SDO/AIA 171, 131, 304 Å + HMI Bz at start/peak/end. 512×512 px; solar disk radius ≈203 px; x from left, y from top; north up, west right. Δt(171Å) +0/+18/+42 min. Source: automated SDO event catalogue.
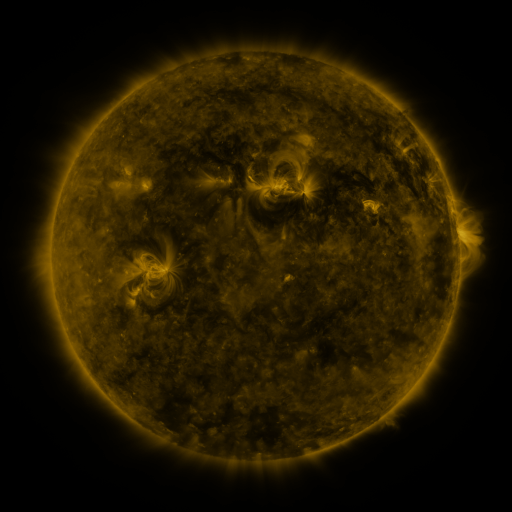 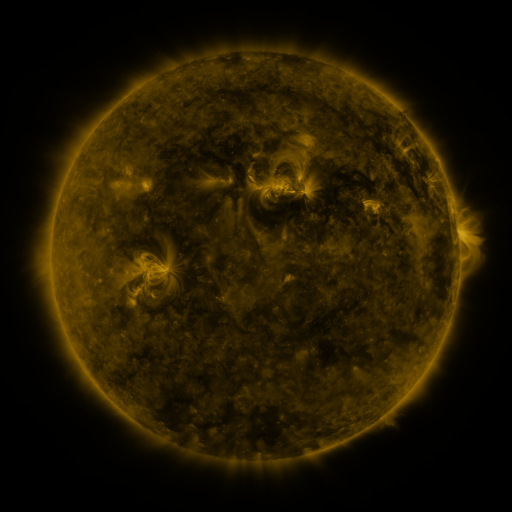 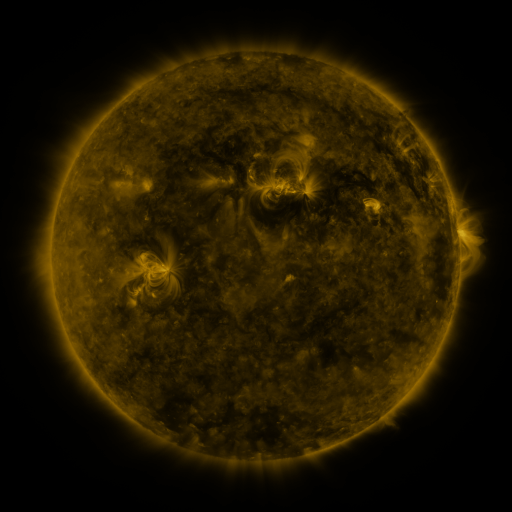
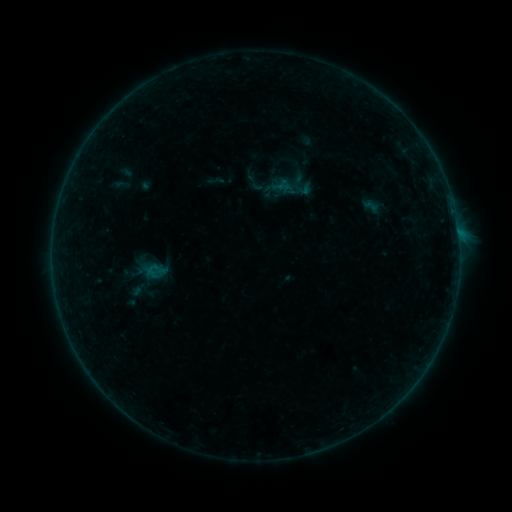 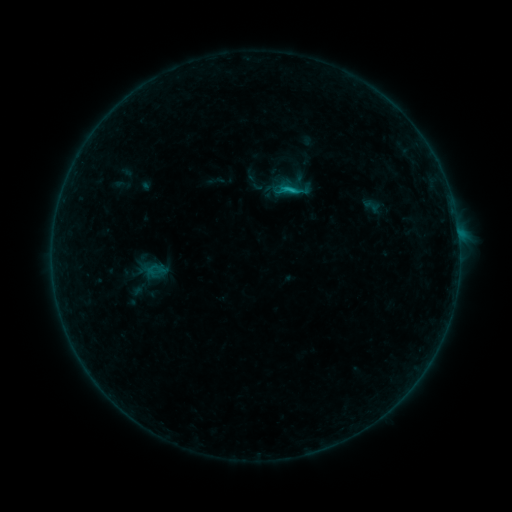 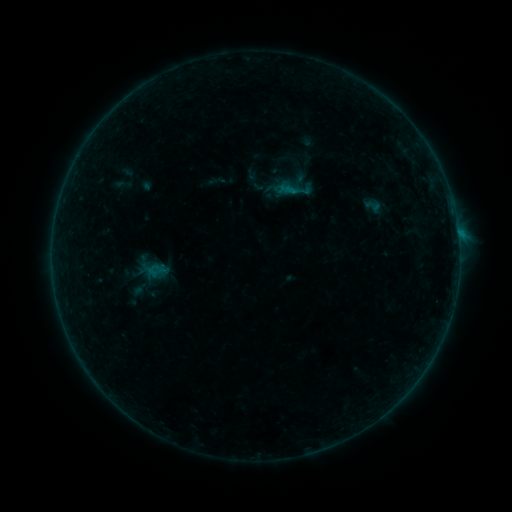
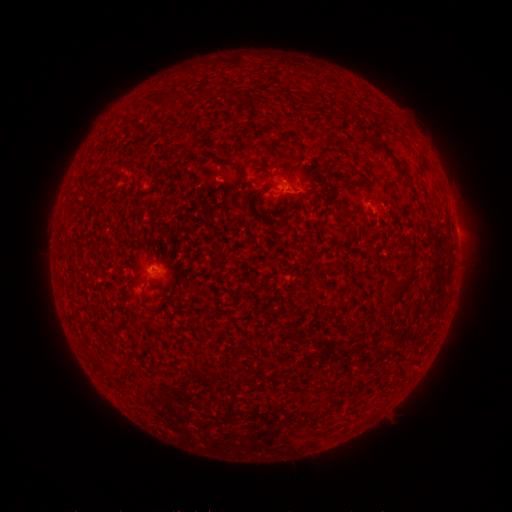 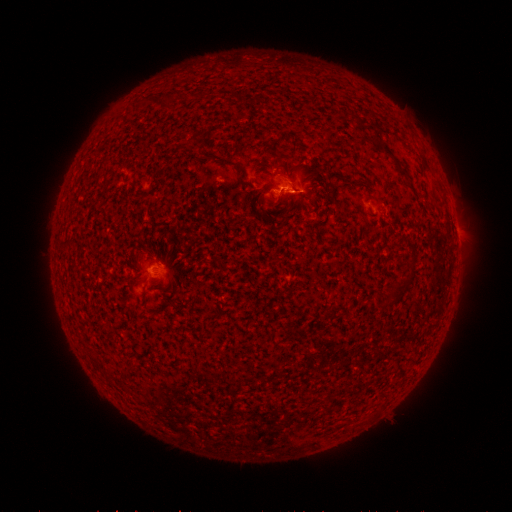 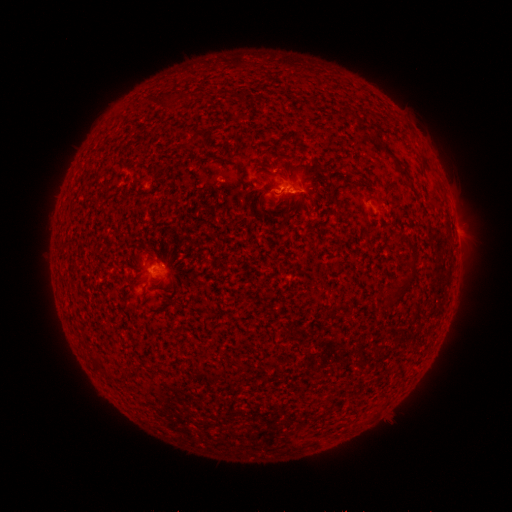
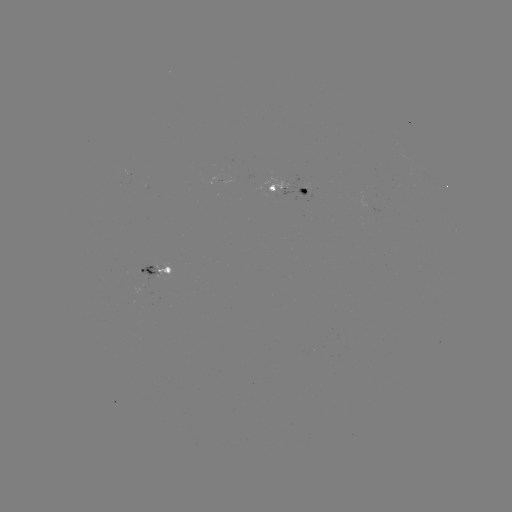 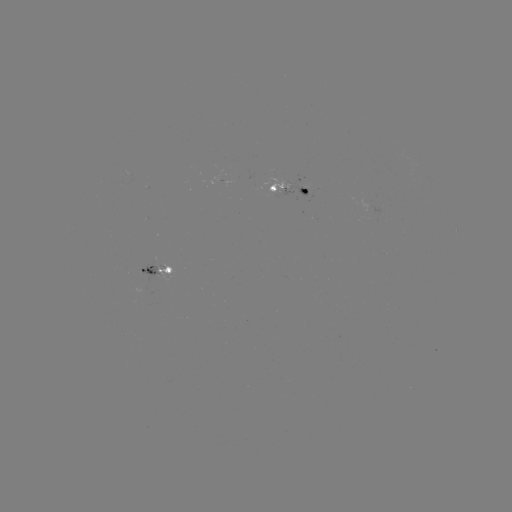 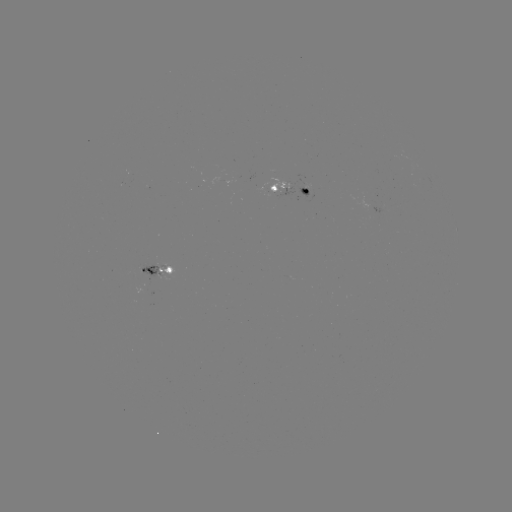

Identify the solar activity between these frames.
B6.5 flare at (290, 191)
